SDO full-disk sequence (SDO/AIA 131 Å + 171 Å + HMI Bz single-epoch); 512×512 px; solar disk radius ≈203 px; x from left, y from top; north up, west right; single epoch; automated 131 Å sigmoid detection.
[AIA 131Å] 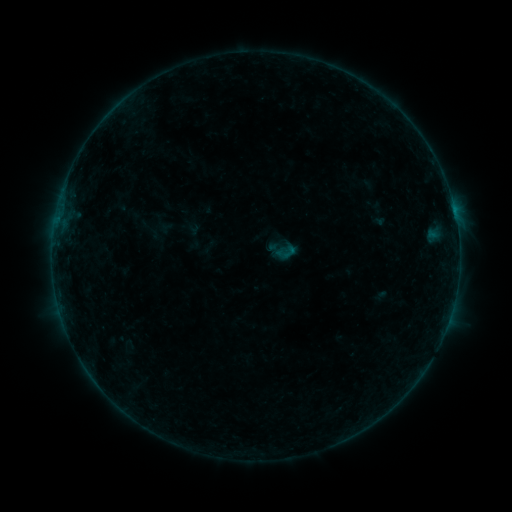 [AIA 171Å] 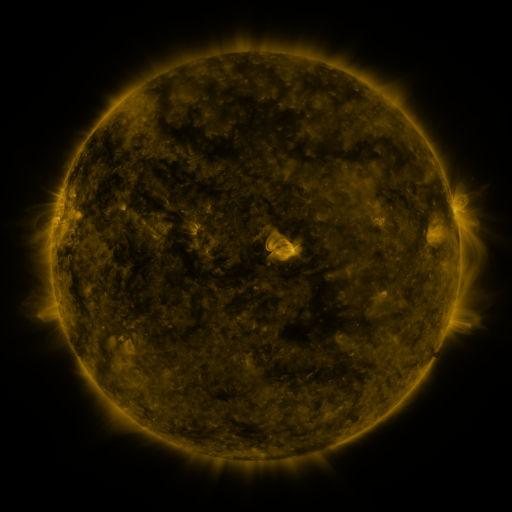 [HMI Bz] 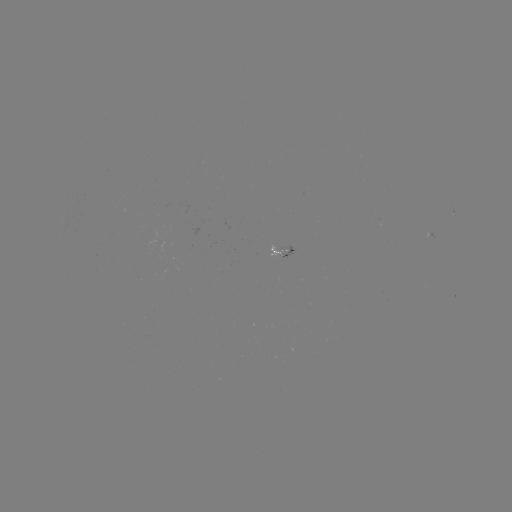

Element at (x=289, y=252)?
sigmoid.